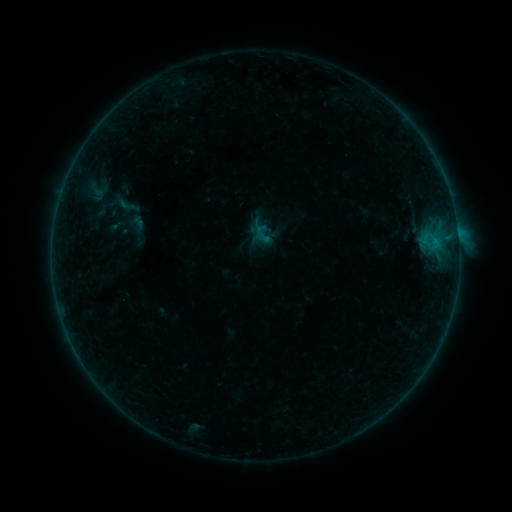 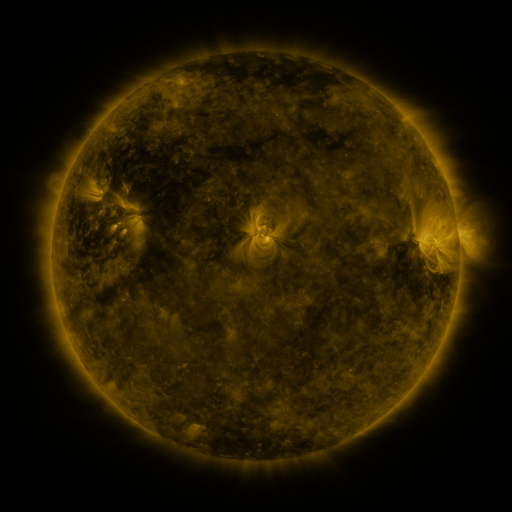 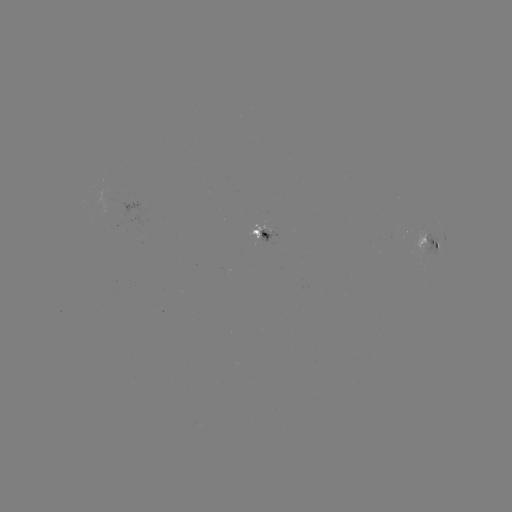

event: sigmoid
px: (127, 205)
